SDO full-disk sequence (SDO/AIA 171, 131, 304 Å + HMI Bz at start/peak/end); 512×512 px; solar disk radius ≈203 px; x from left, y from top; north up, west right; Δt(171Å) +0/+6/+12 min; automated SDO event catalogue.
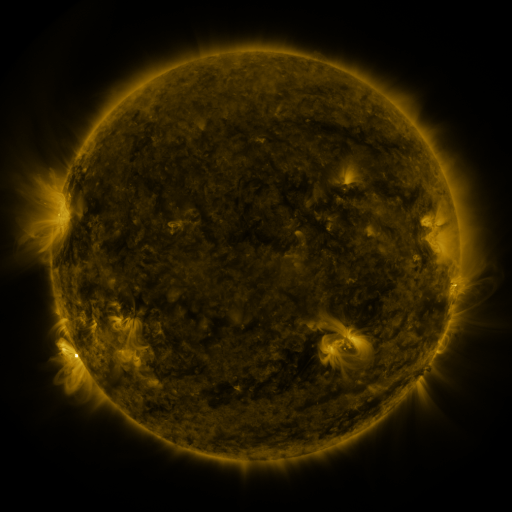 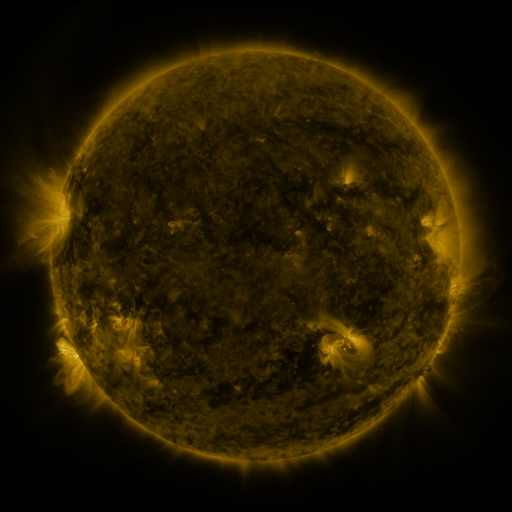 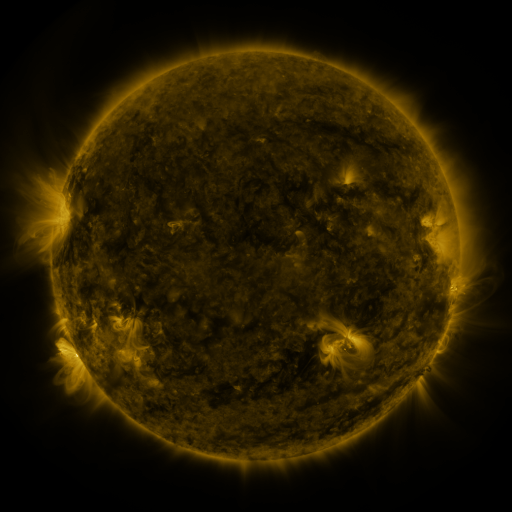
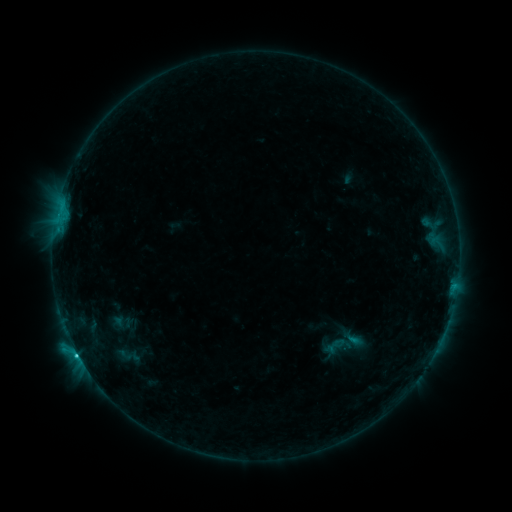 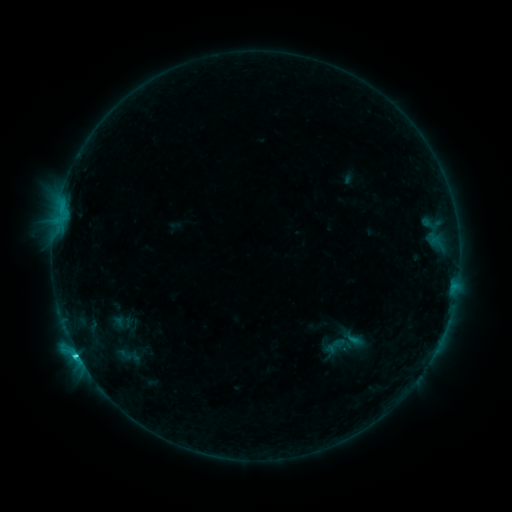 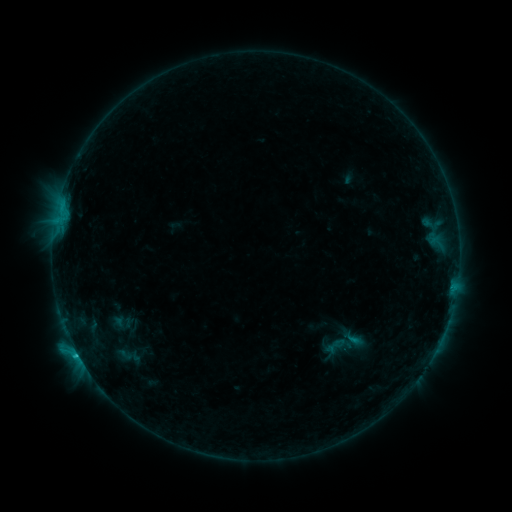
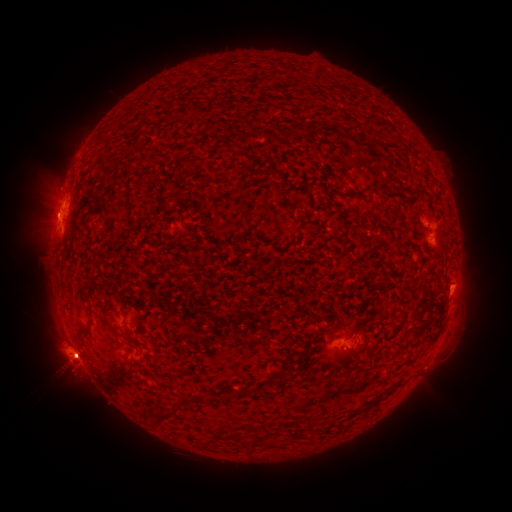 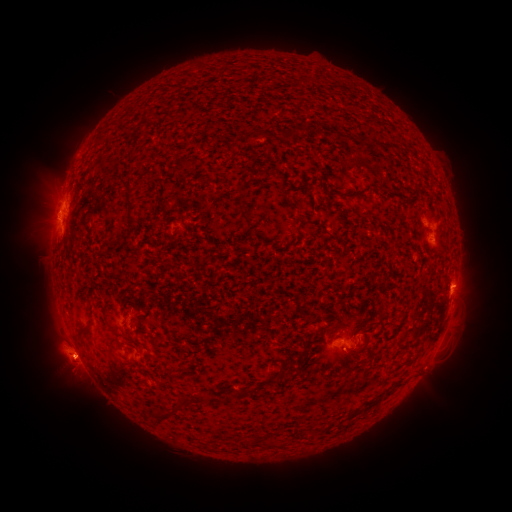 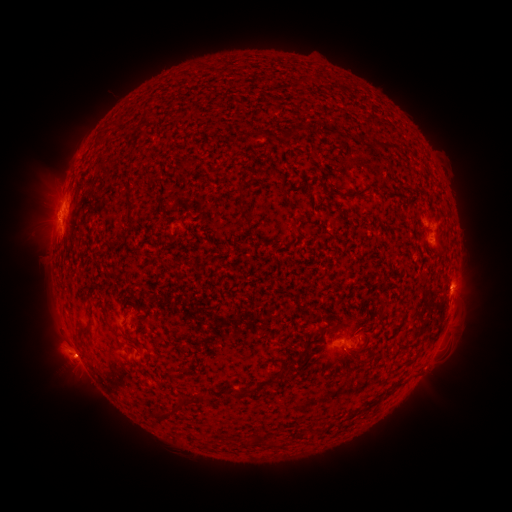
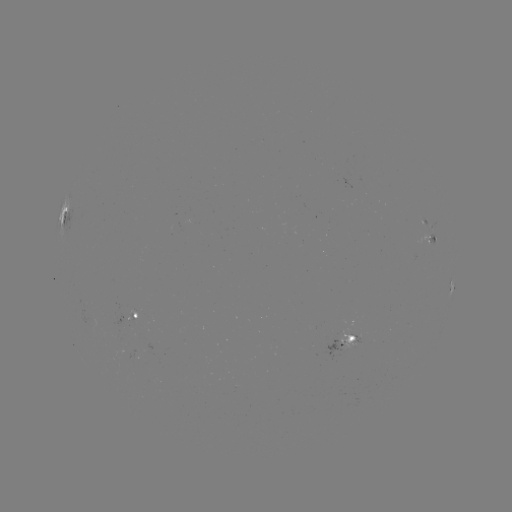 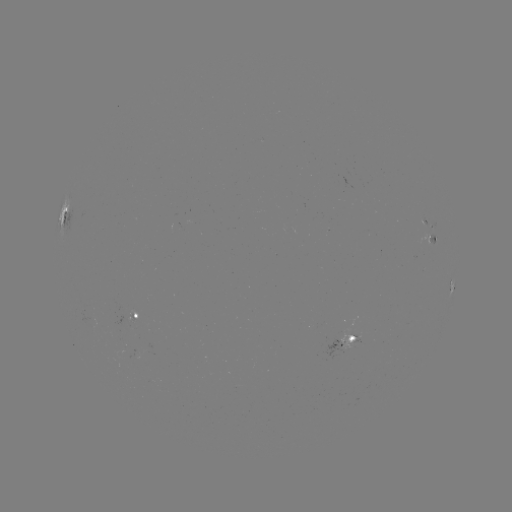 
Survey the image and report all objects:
eruption: (69, 363)
